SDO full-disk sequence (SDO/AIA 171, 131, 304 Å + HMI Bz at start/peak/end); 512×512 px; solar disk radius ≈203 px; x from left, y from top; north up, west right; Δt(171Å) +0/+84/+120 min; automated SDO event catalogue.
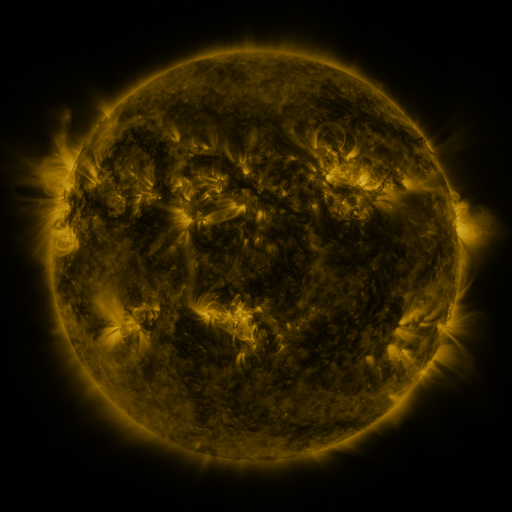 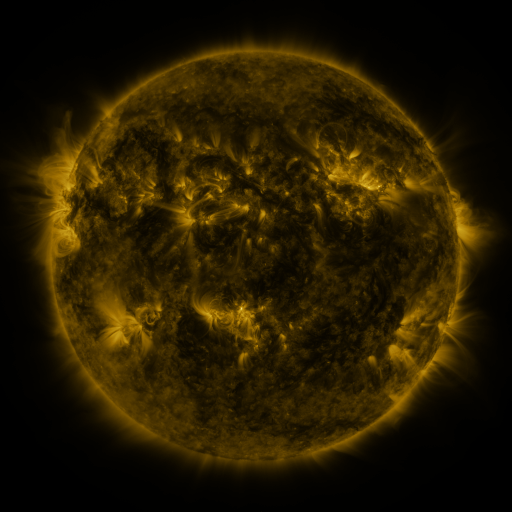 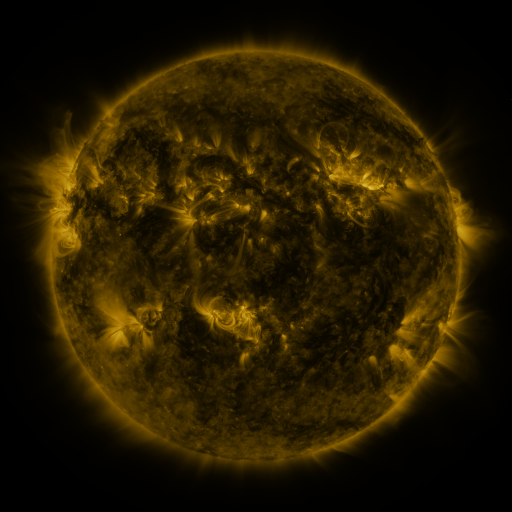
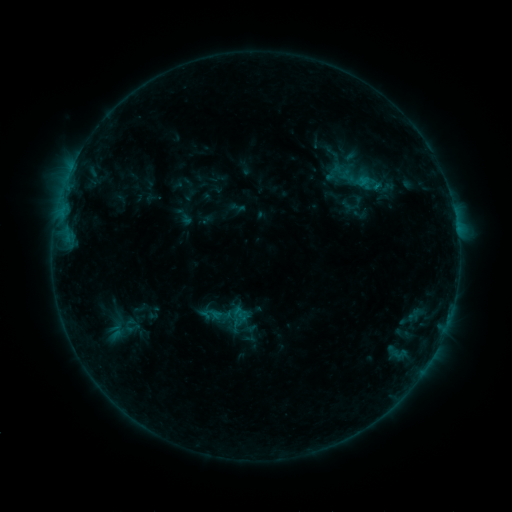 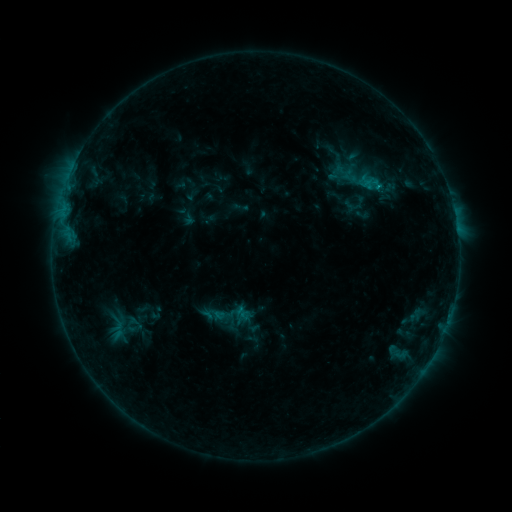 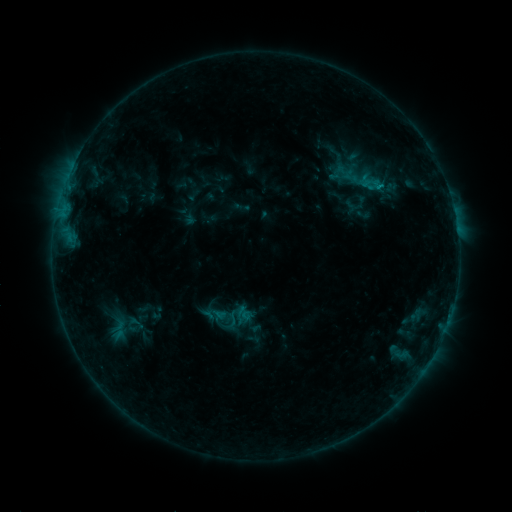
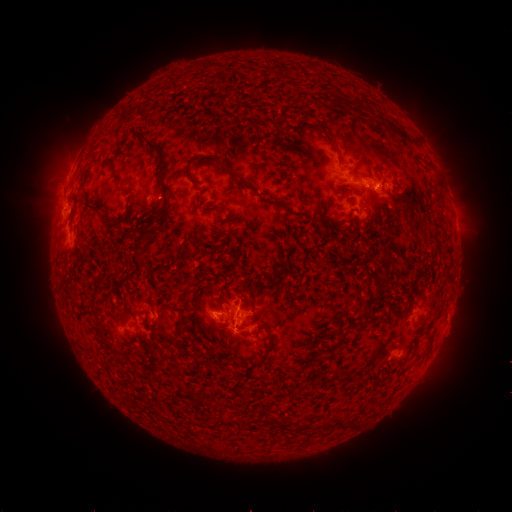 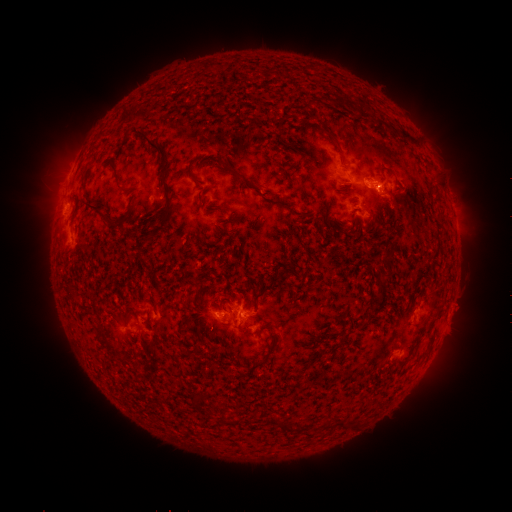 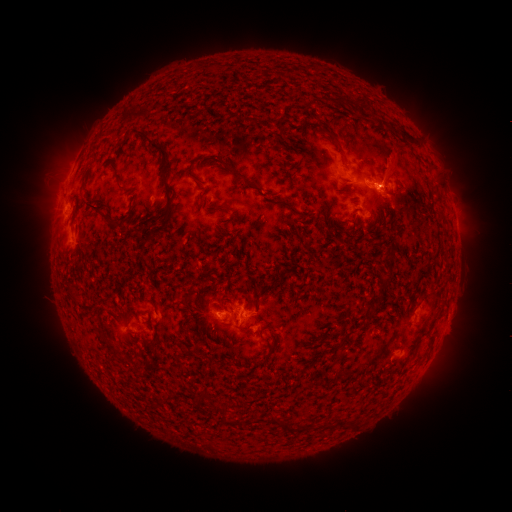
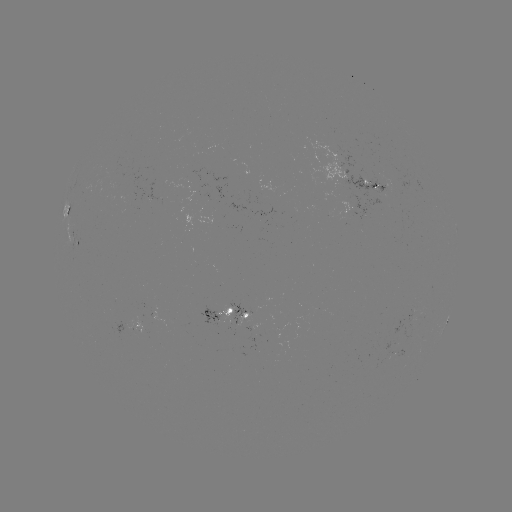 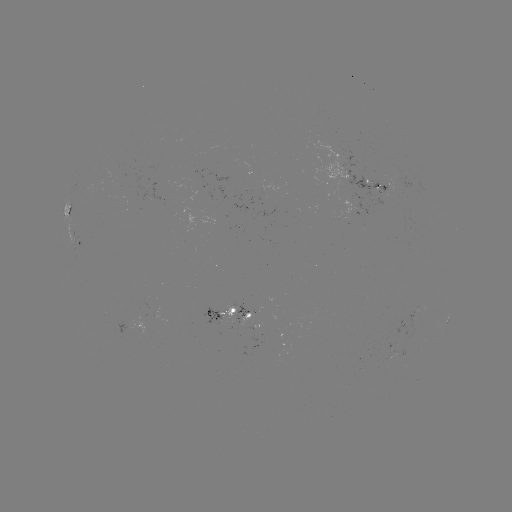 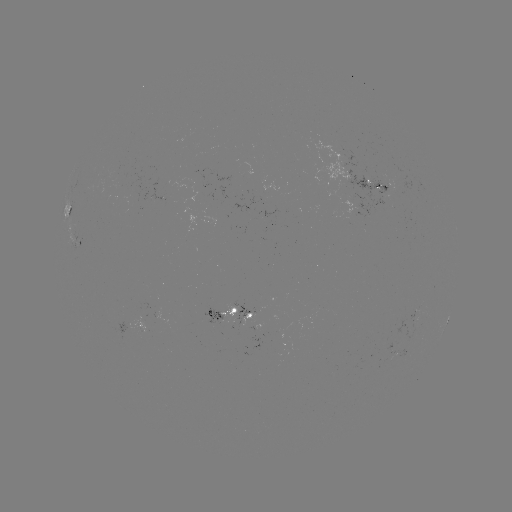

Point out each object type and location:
emerging-flux region: (210, 318)
